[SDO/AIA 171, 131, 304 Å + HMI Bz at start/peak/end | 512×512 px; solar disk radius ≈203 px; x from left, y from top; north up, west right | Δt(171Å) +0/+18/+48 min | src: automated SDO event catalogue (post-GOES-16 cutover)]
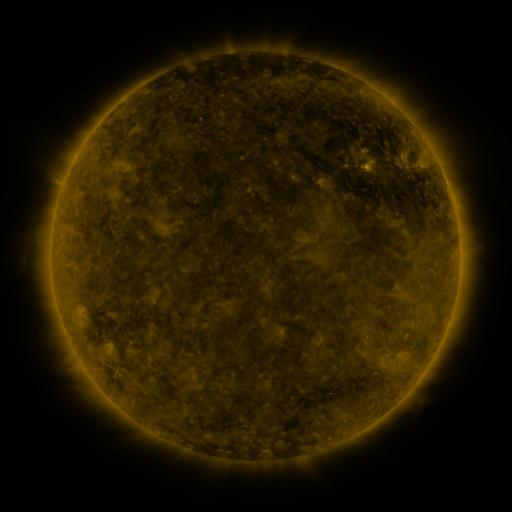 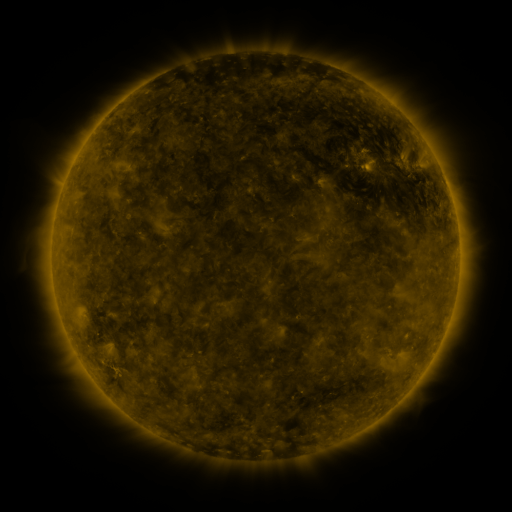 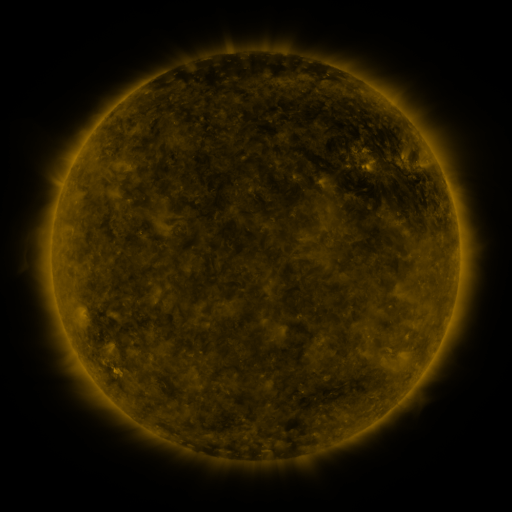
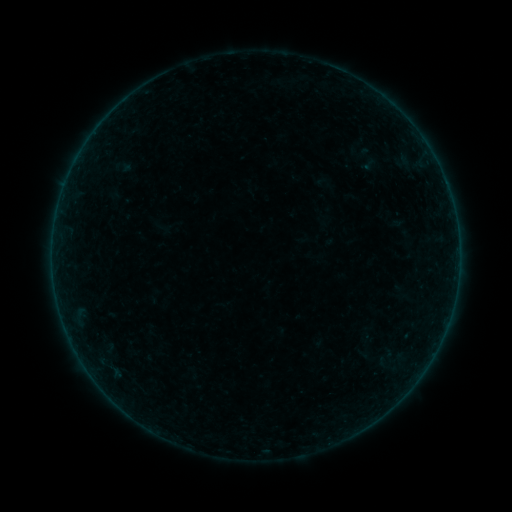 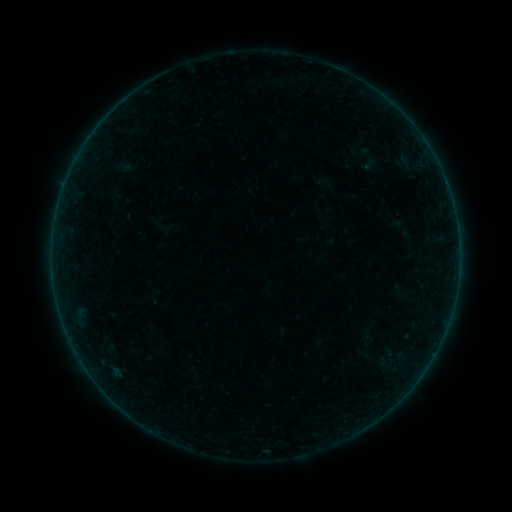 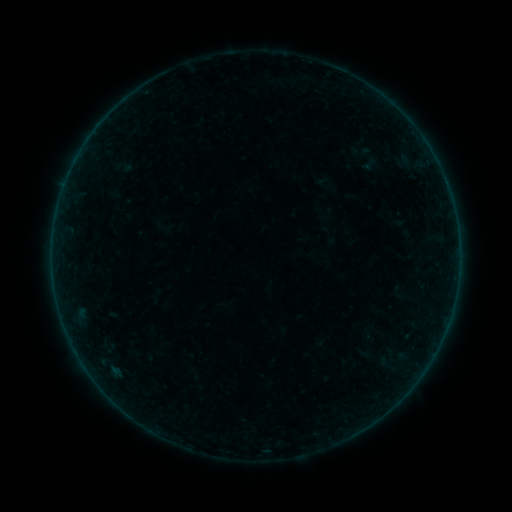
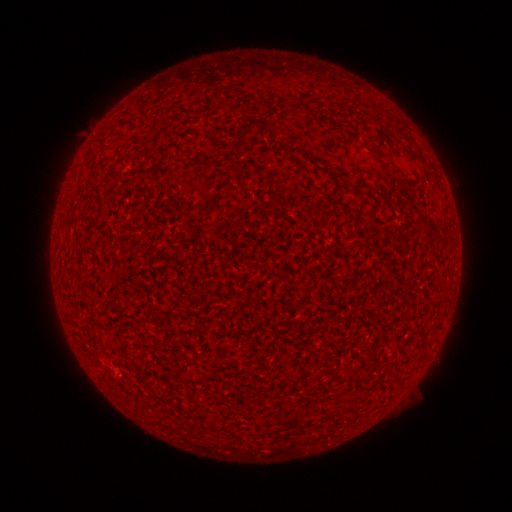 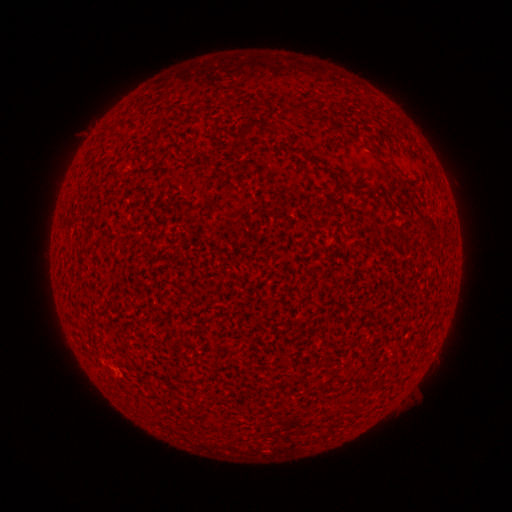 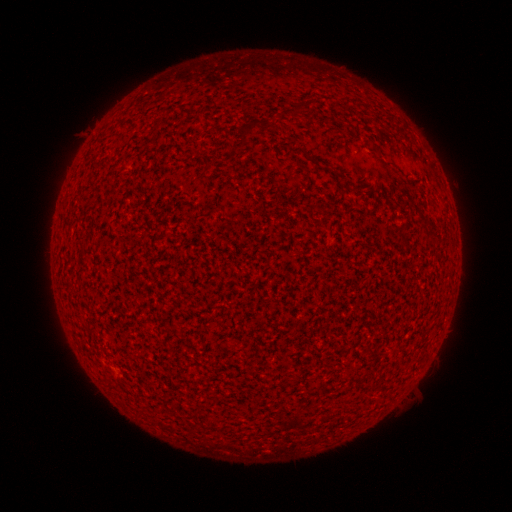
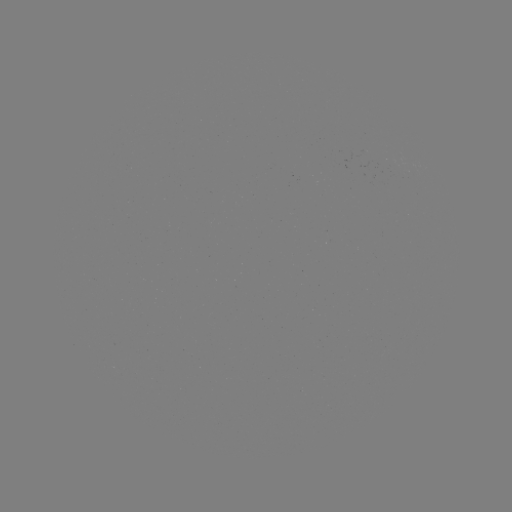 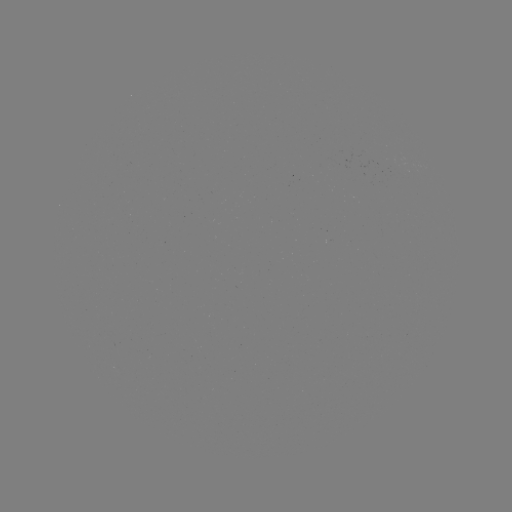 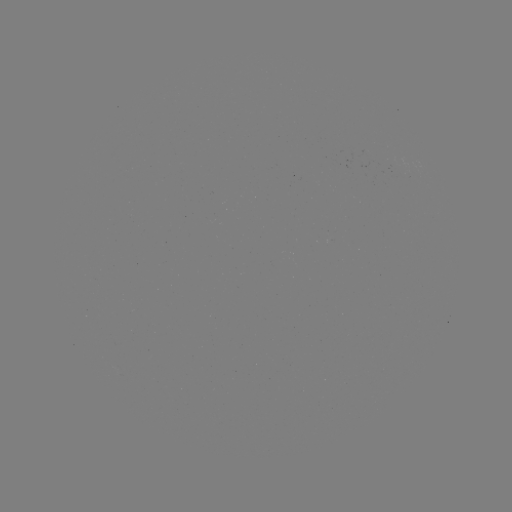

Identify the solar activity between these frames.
A2.1 flare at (115, 370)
